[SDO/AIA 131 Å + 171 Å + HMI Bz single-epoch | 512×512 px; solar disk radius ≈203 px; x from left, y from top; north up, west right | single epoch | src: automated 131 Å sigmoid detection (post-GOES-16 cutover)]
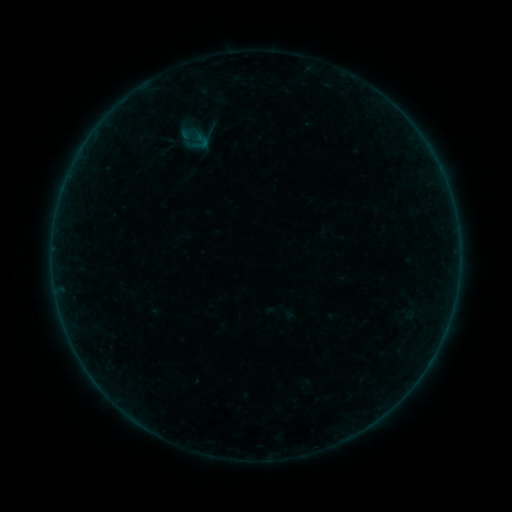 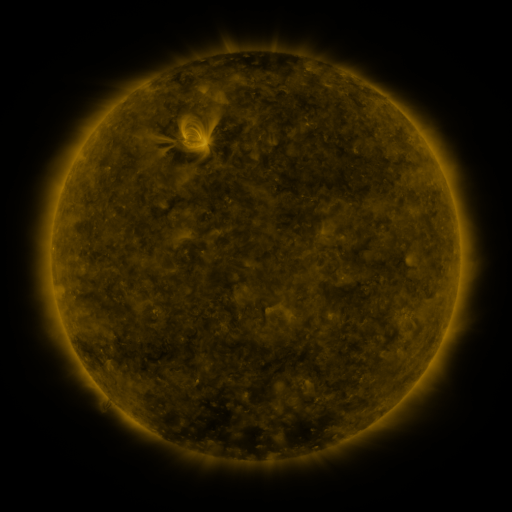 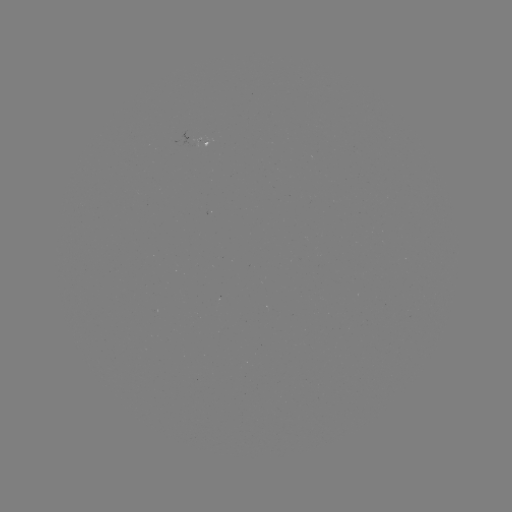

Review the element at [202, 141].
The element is sigmoid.